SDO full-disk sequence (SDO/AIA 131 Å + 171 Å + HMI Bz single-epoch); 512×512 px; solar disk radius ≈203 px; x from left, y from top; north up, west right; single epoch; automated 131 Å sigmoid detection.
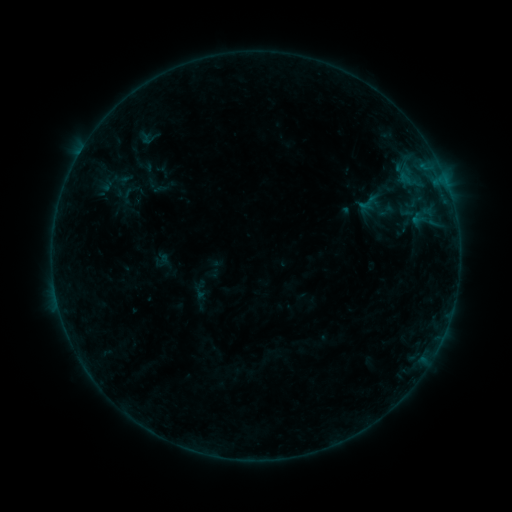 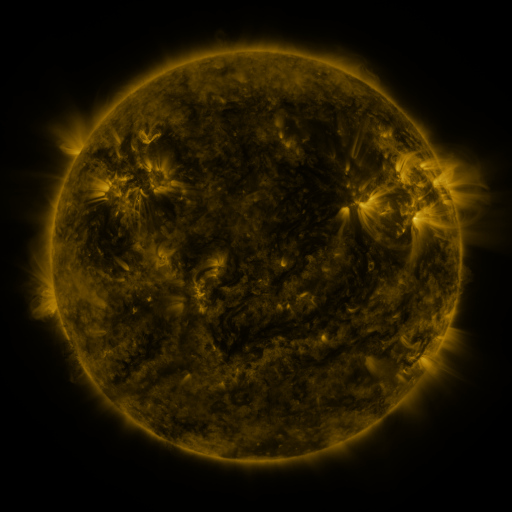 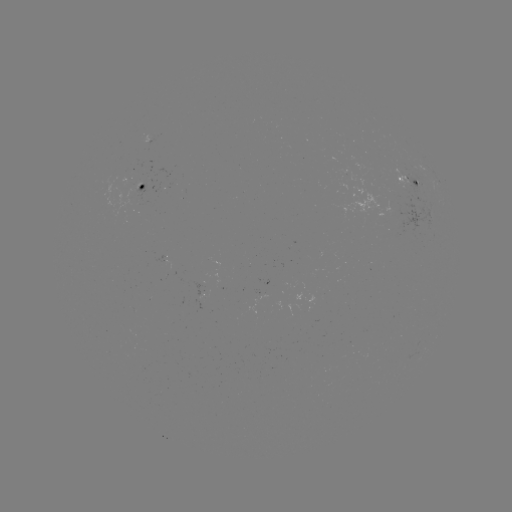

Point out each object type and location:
sigmoid: [138, 126, 161, 149]
sigmoid: [191, 283, 209, 299]
